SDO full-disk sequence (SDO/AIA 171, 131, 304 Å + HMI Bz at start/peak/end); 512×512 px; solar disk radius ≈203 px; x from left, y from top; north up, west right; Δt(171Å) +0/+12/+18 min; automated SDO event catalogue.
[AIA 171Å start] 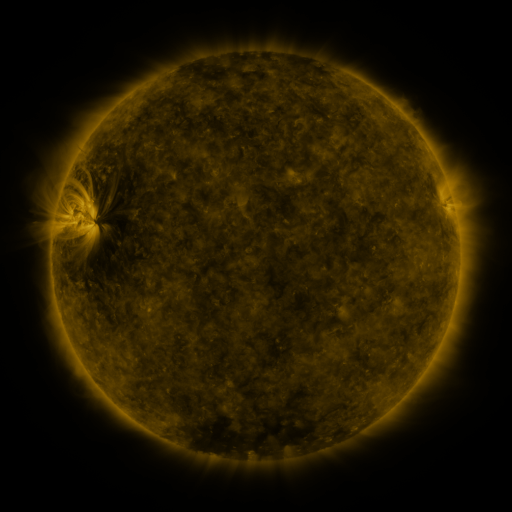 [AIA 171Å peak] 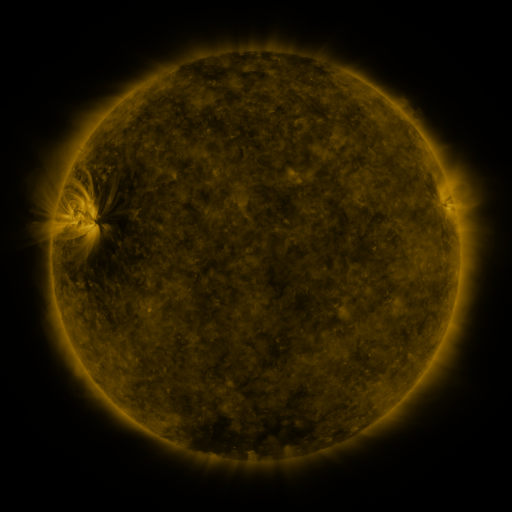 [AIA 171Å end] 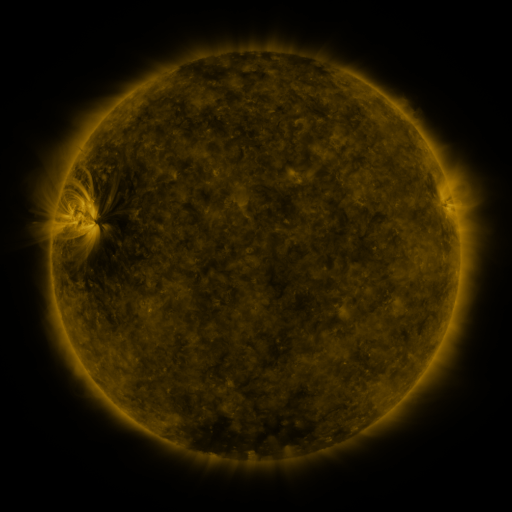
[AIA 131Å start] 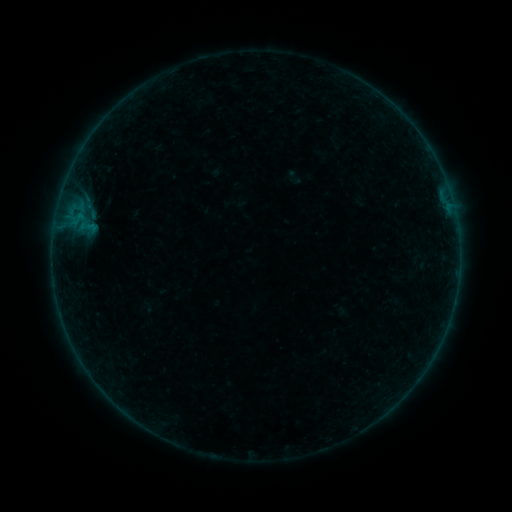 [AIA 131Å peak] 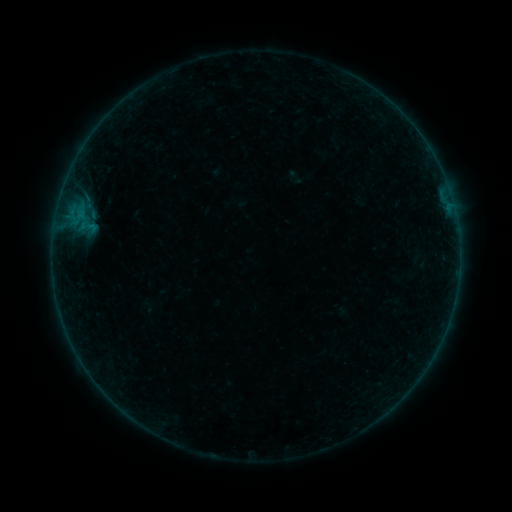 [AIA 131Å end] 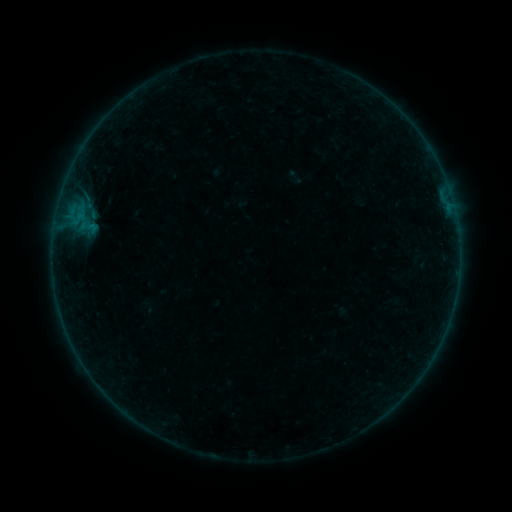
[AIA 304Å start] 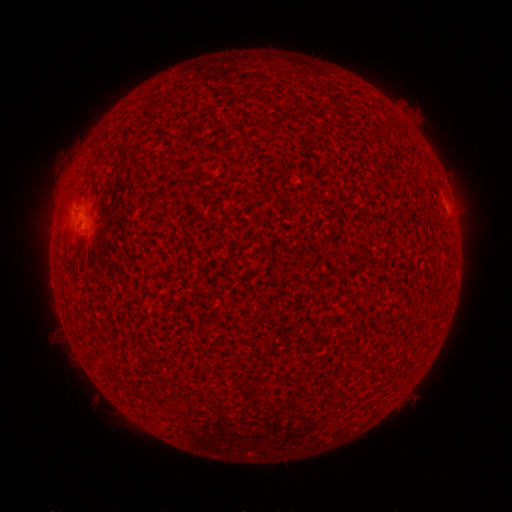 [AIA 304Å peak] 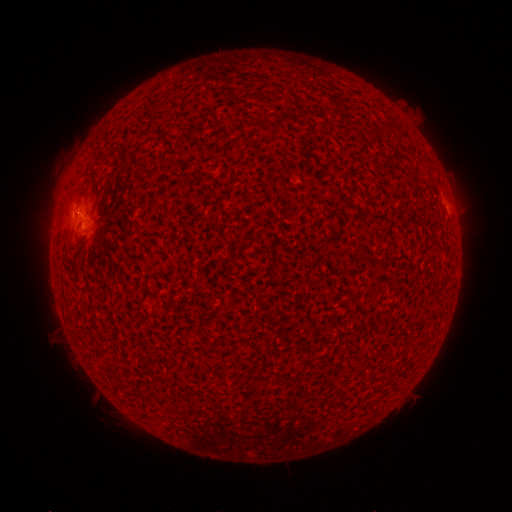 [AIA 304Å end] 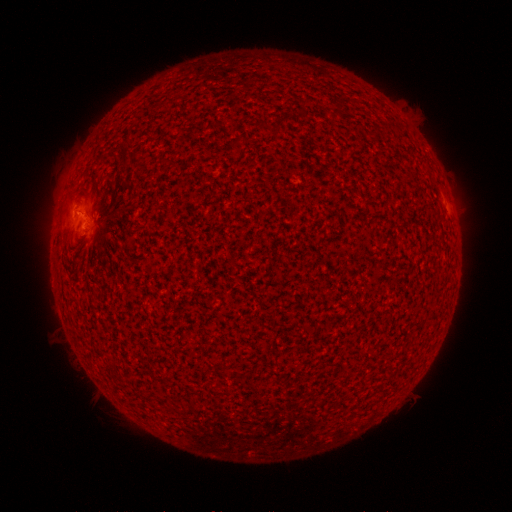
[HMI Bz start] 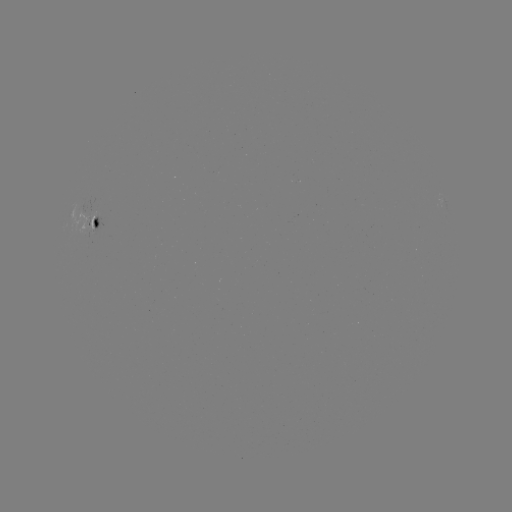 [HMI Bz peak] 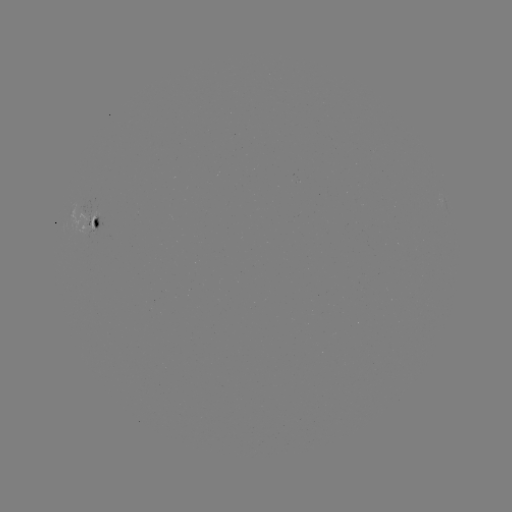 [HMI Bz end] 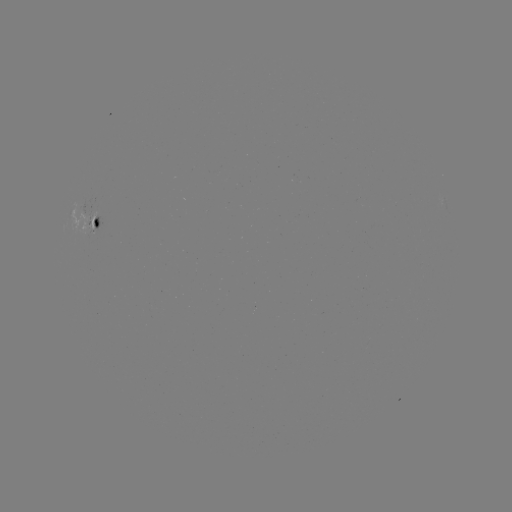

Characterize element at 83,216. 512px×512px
B1.0 flare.